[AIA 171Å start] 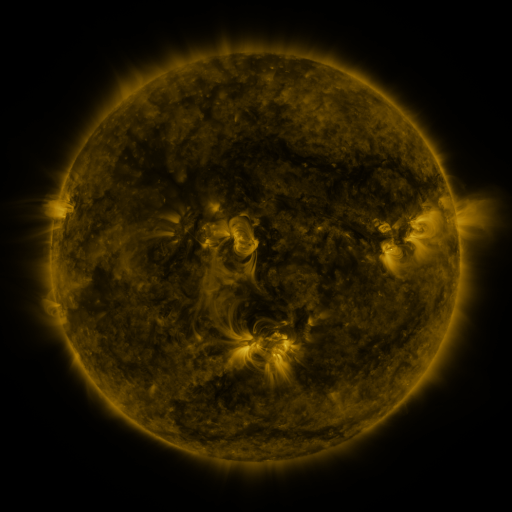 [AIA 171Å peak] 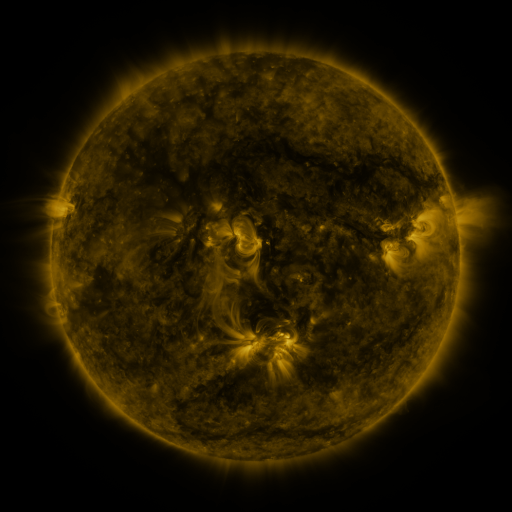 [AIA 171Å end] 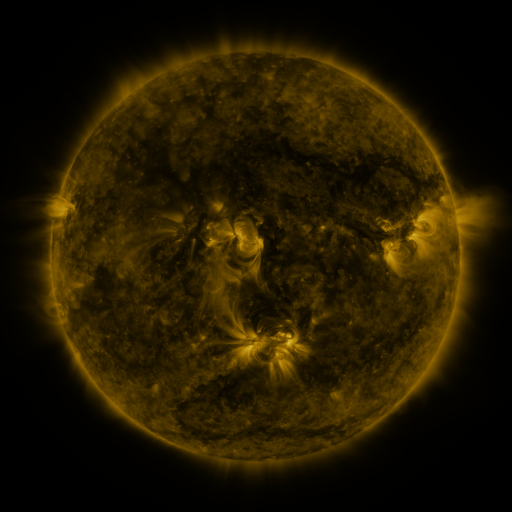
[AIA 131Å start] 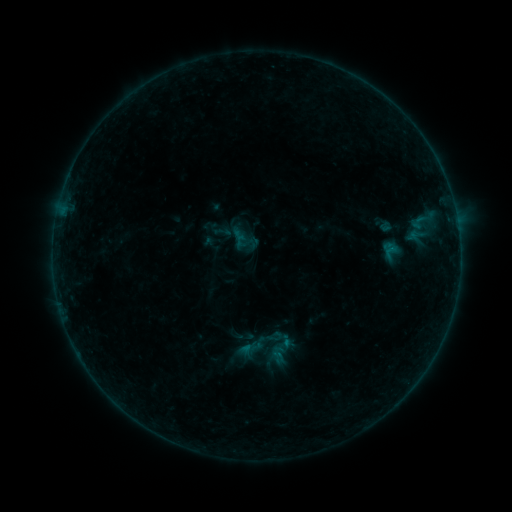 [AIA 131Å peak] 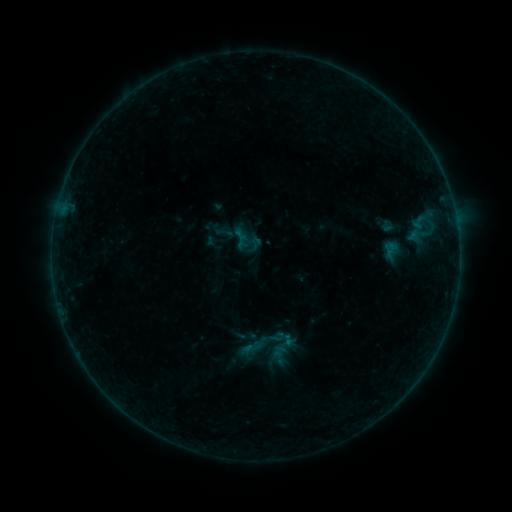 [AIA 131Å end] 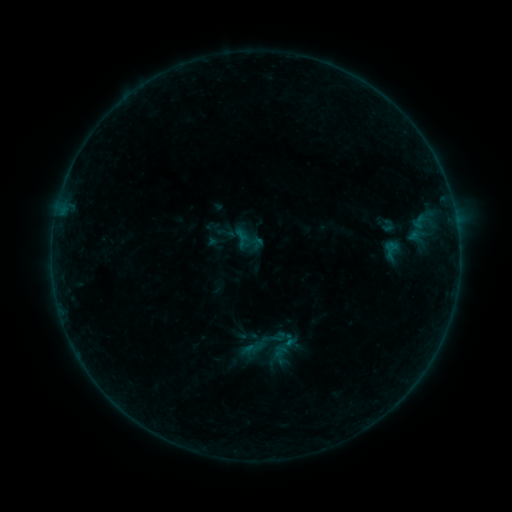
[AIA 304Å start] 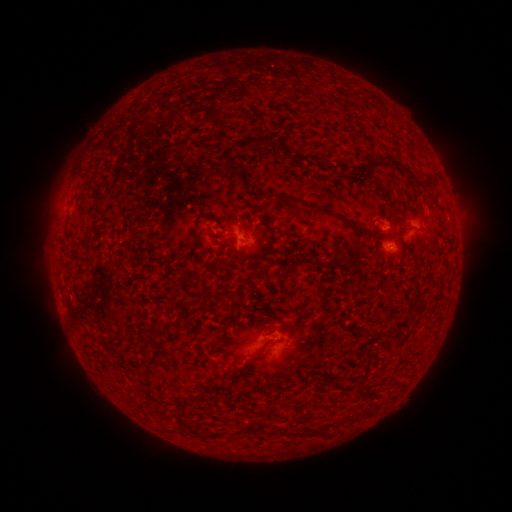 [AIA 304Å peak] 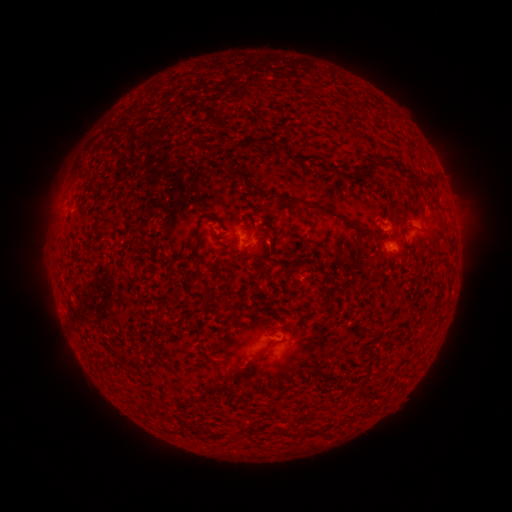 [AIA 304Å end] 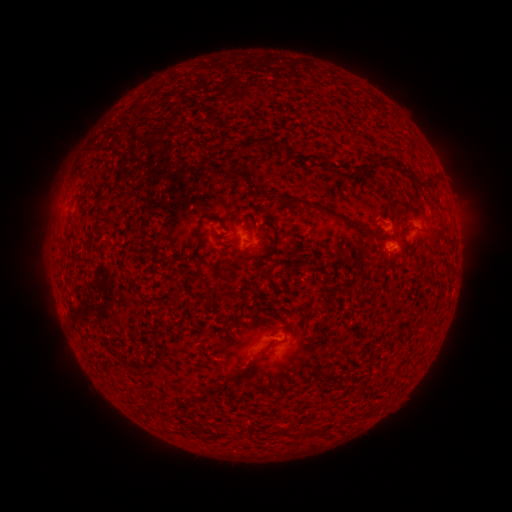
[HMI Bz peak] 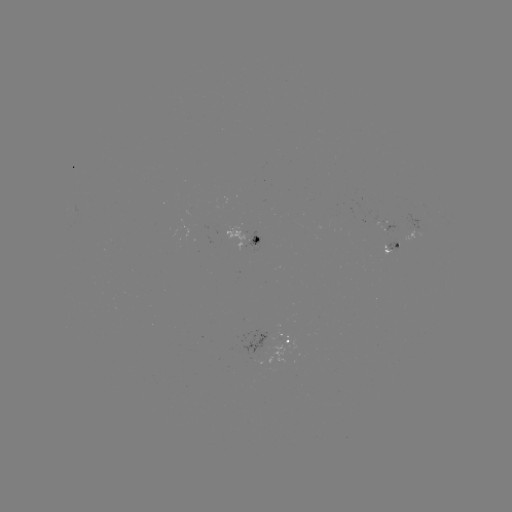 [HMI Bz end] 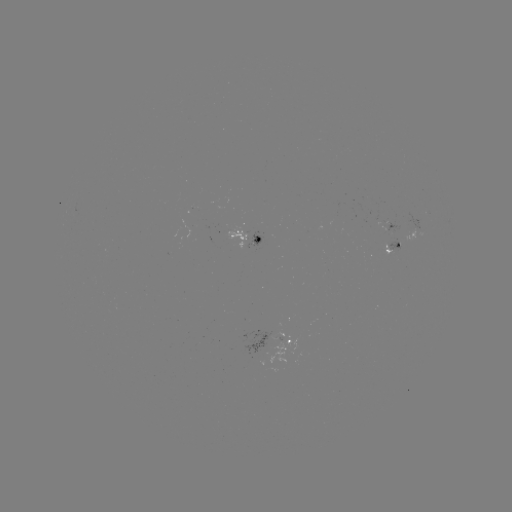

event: emerging-flux region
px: (279, 337)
